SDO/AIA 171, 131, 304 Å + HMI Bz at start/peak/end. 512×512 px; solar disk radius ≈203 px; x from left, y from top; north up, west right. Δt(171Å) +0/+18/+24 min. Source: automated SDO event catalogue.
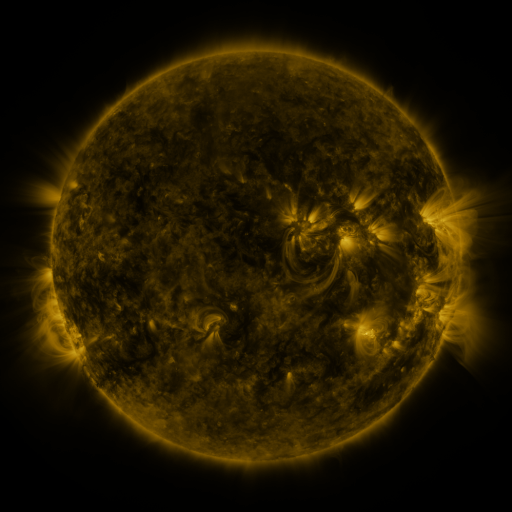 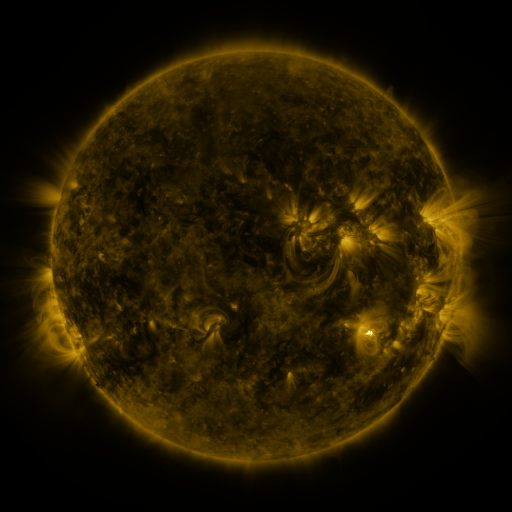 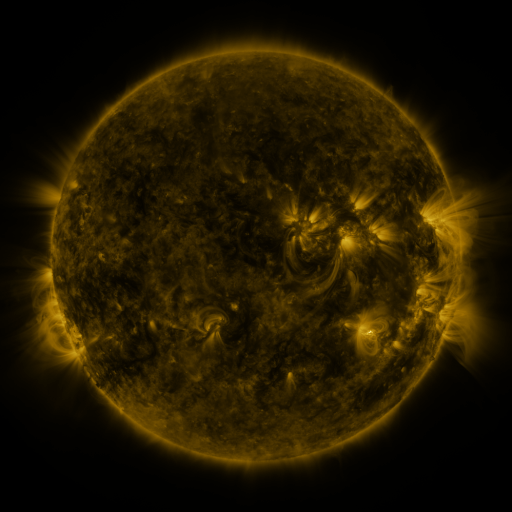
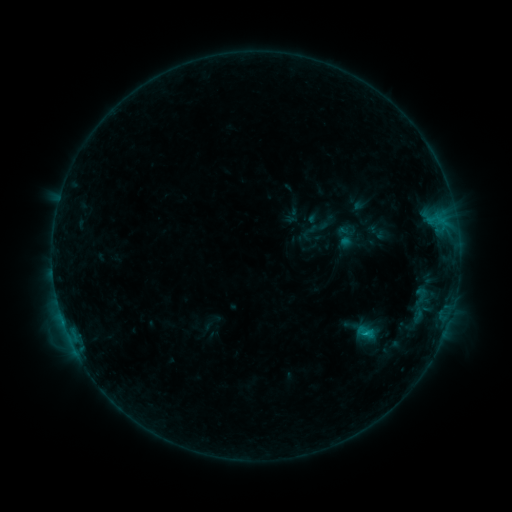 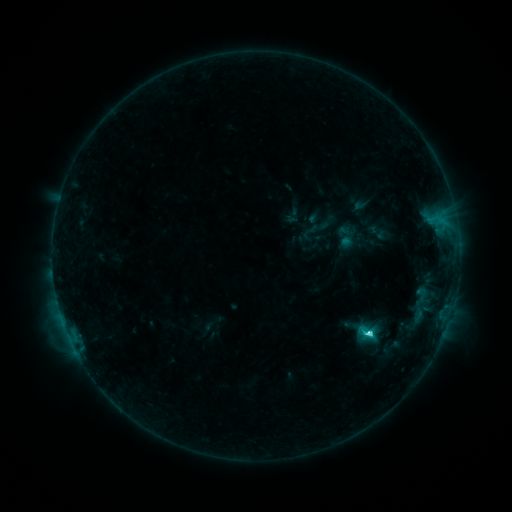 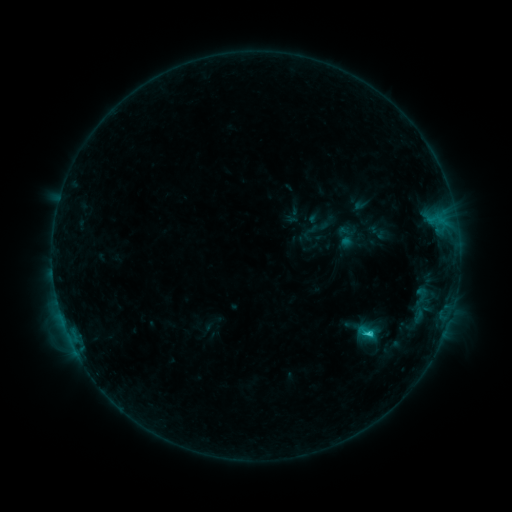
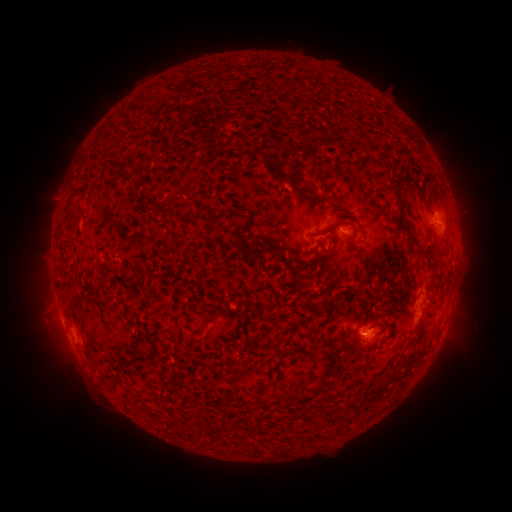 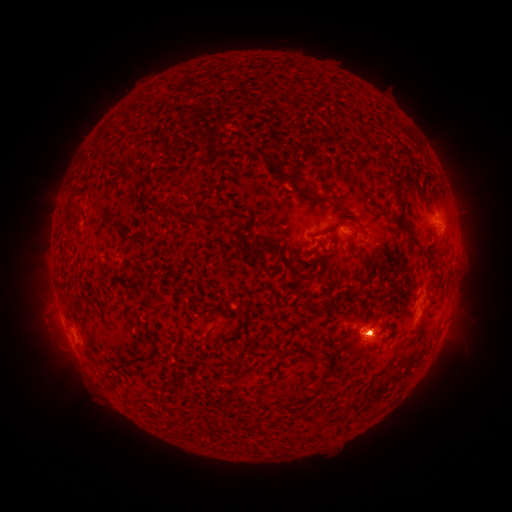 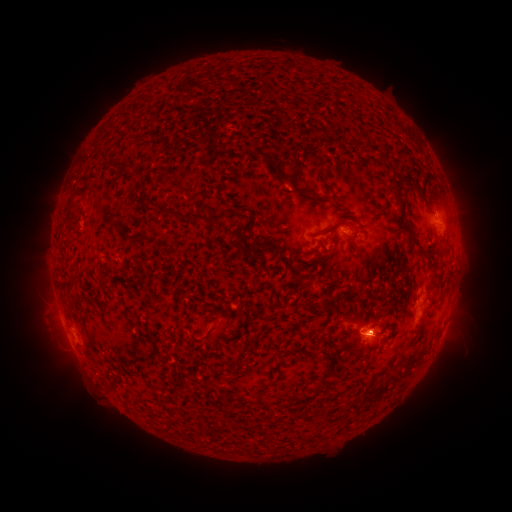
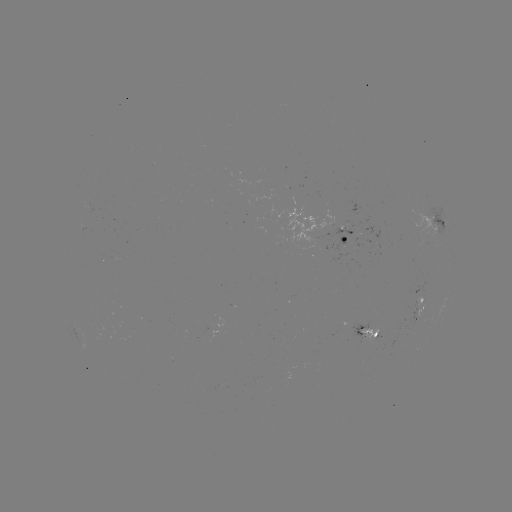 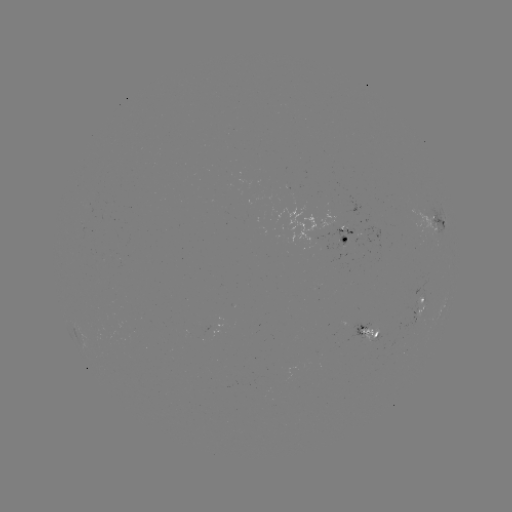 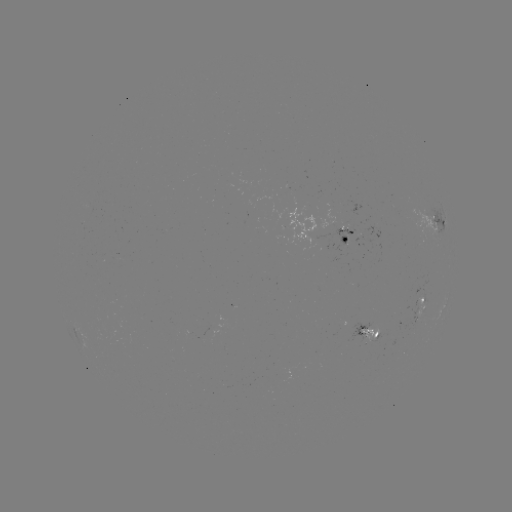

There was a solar flare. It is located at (368, 331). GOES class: C3.6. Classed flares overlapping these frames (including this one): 1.